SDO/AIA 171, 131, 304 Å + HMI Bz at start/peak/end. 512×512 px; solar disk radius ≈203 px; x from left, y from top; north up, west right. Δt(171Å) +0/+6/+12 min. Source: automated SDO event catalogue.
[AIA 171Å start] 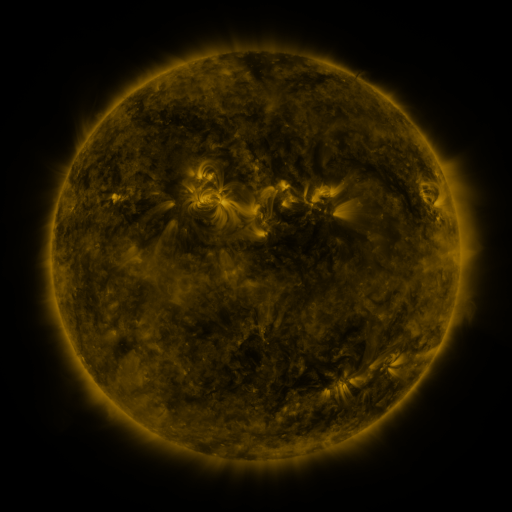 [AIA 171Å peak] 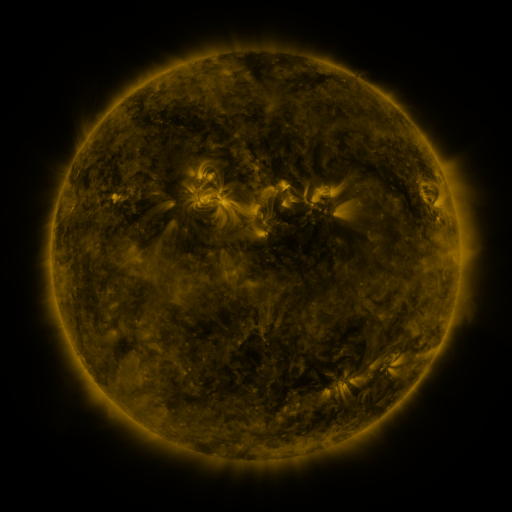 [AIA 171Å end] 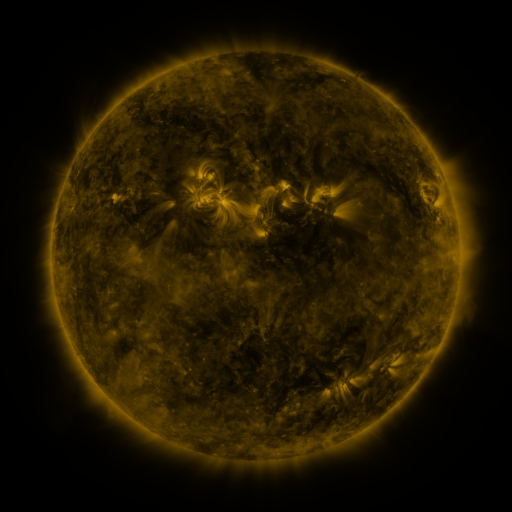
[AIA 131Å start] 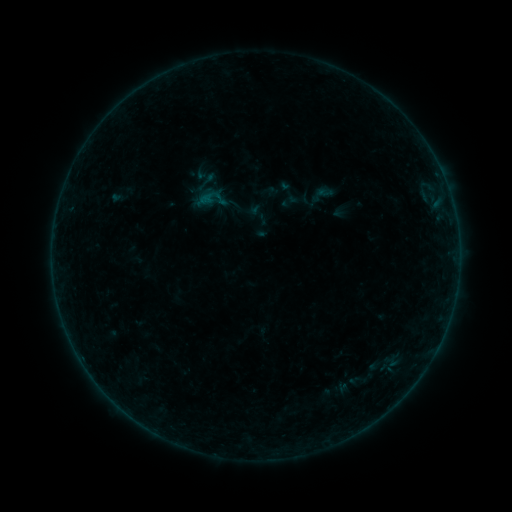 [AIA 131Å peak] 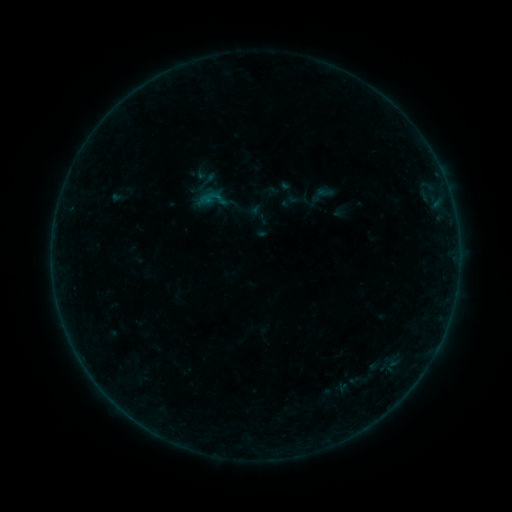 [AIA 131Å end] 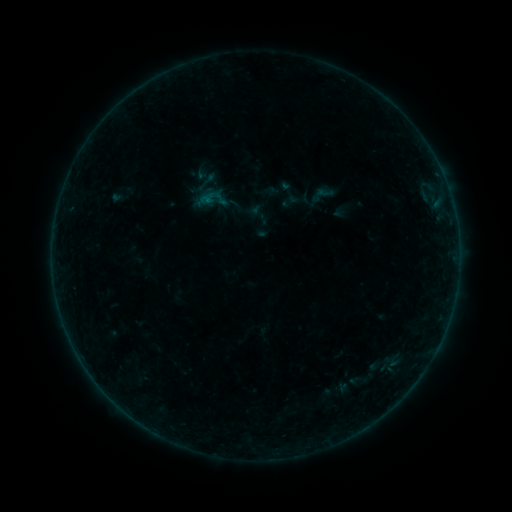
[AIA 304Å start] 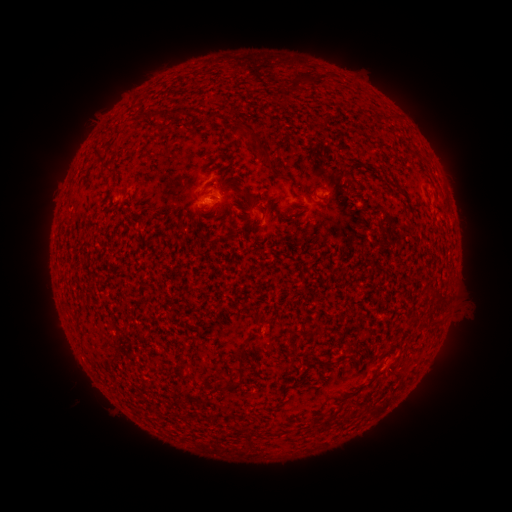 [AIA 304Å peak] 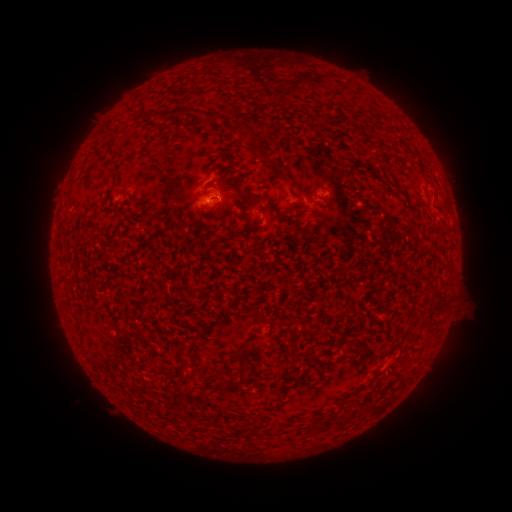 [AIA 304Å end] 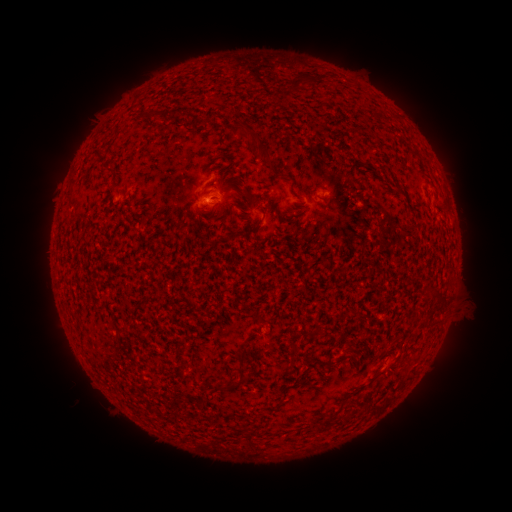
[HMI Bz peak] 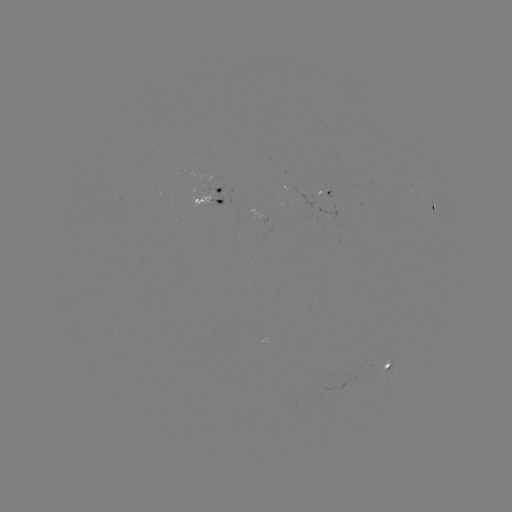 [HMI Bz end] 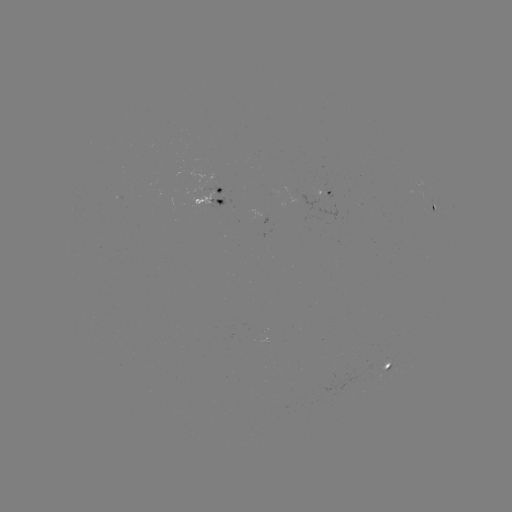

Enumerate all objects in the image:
B1.4 flare: (219, 199)
